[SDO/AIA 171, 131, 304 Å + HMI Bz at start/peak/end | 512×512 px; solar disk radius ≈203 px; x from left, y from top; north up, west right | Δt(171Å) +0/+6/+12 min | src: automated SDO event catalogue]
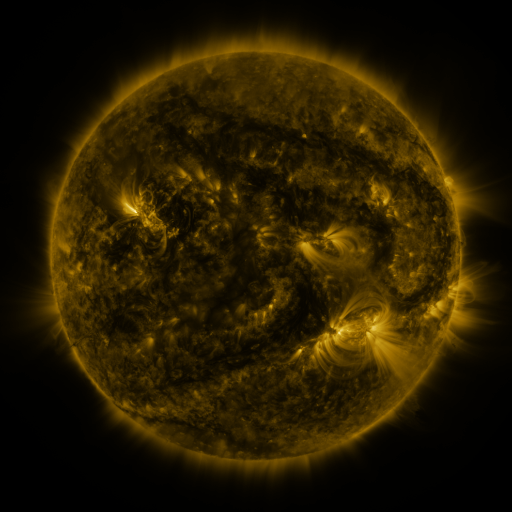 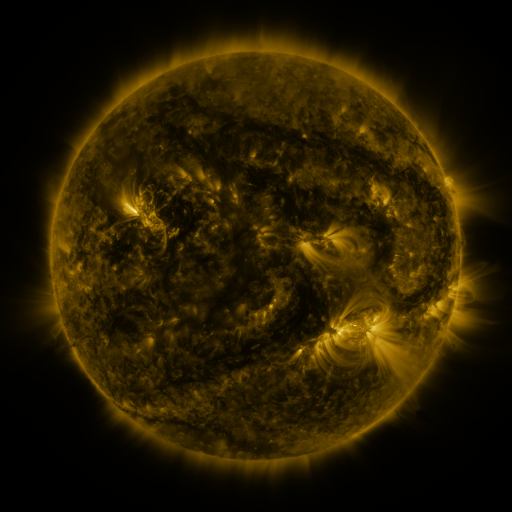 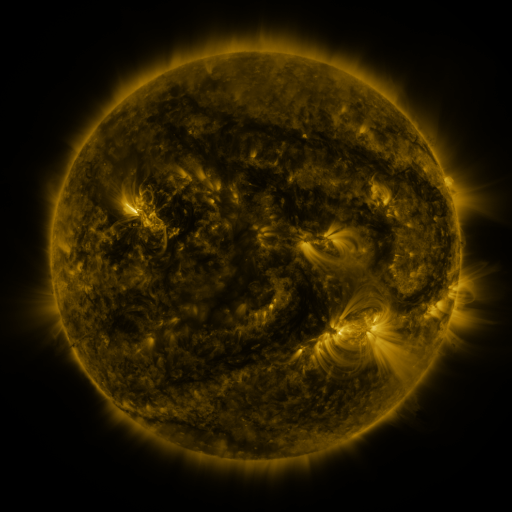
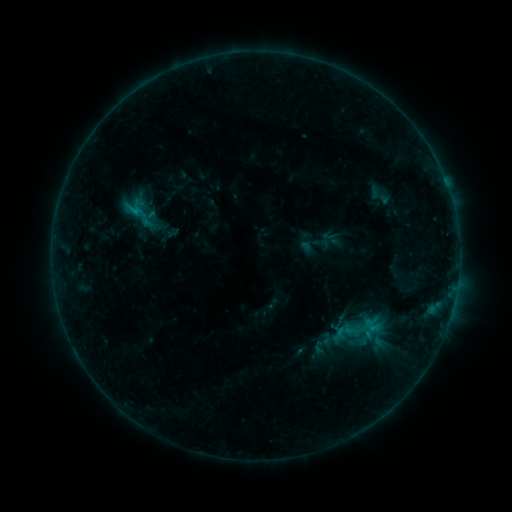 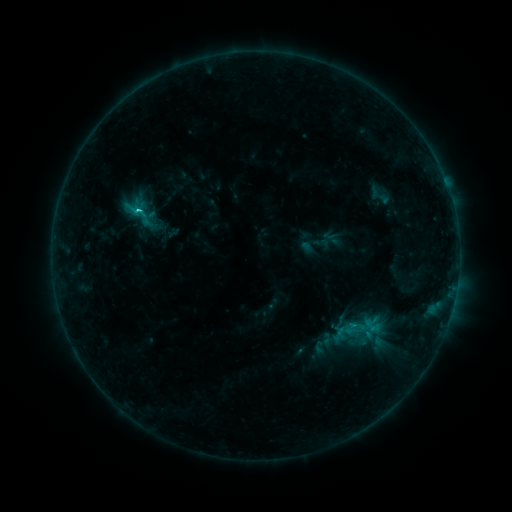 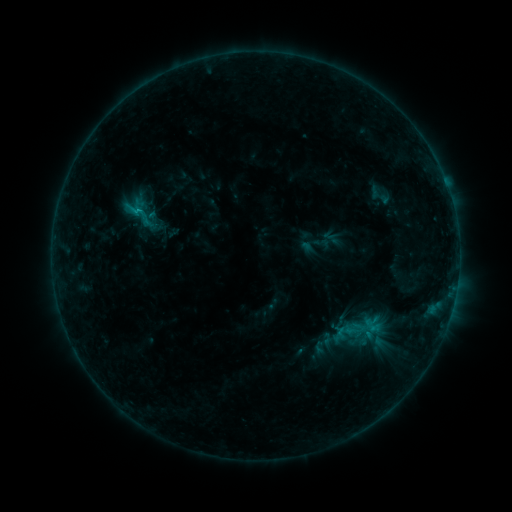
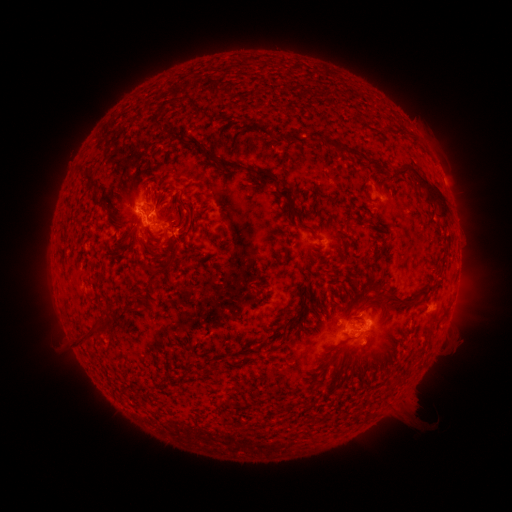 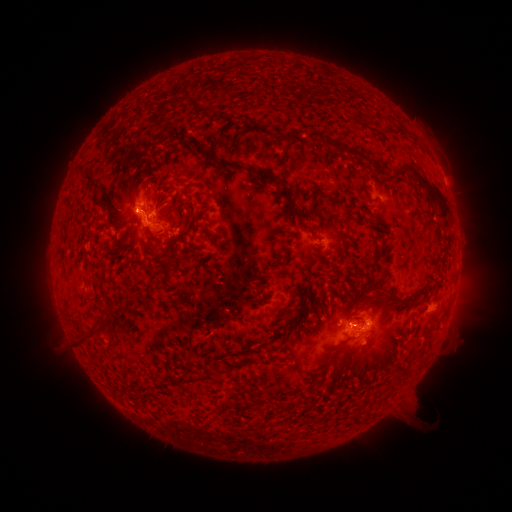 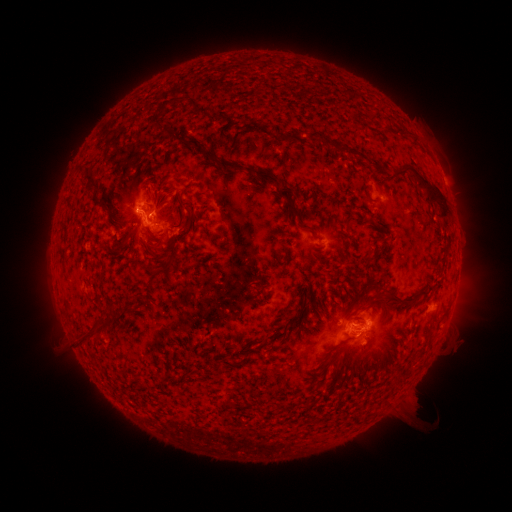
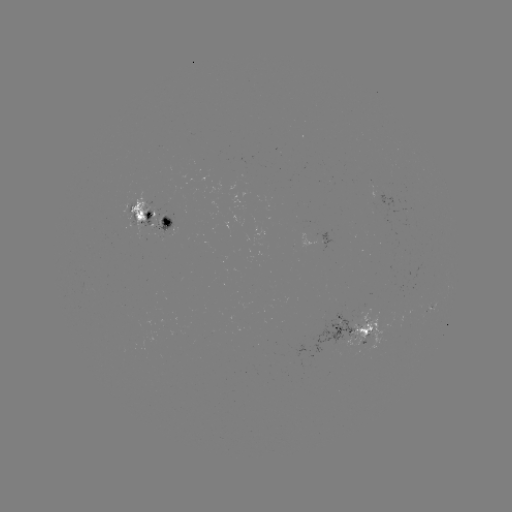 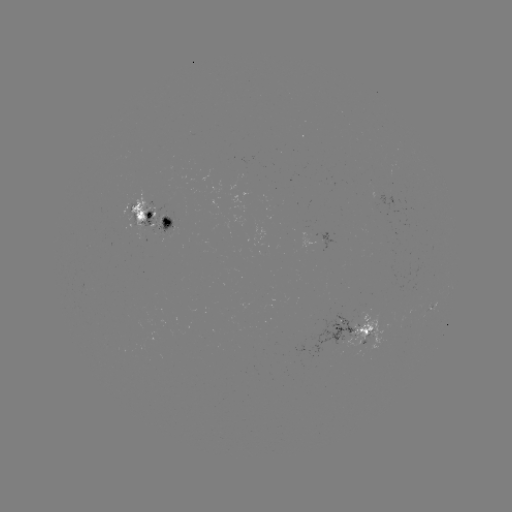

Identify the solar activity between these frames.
C1.1 flare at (139, 214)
